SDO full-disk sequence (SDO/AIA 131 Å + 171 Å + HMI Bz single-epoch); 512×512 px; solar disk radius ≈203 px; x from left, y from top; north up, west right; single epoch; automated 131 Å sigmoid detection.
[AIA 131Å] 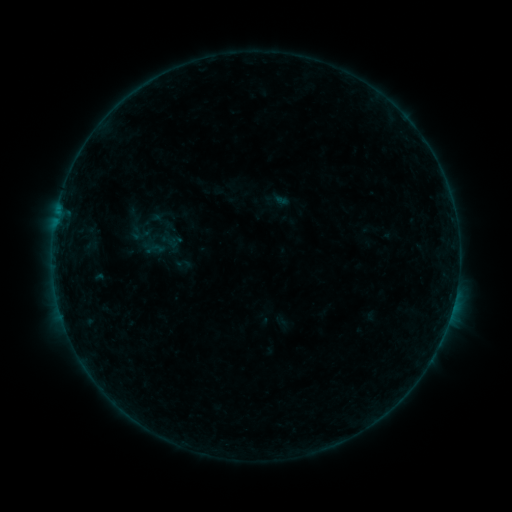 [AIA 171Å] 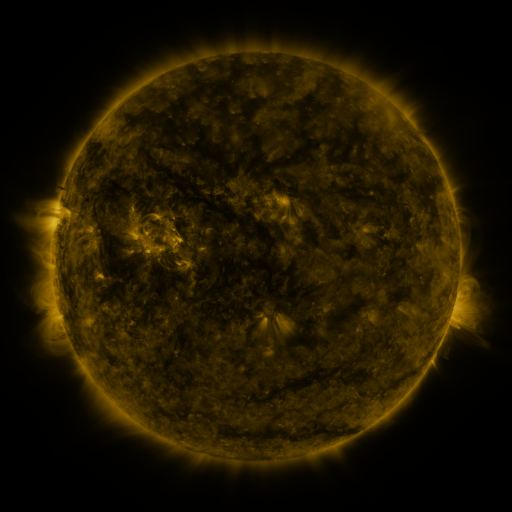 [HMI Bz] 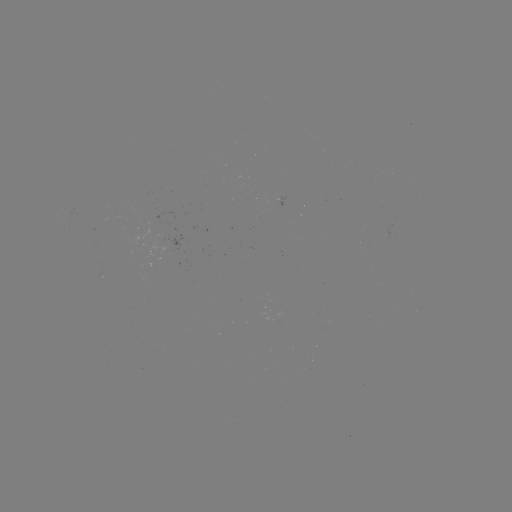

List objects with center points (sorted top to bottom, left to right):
sigmoid: (182, 265)
